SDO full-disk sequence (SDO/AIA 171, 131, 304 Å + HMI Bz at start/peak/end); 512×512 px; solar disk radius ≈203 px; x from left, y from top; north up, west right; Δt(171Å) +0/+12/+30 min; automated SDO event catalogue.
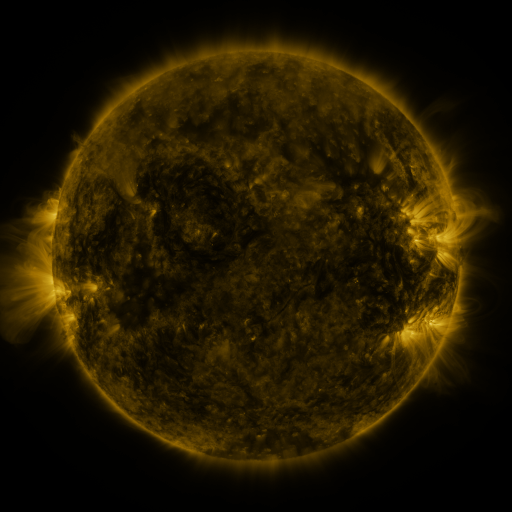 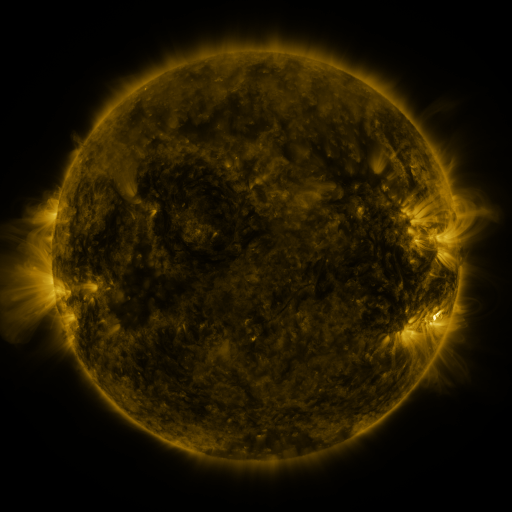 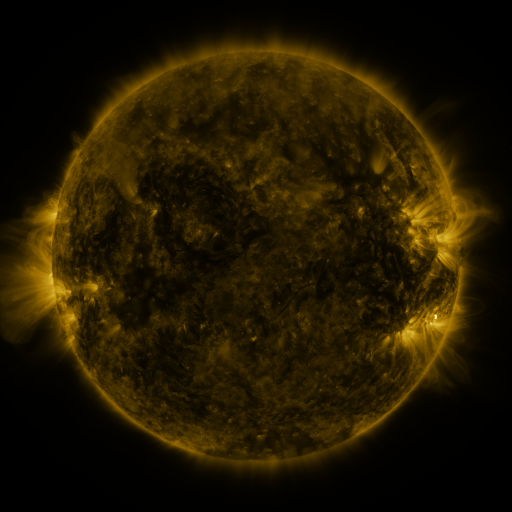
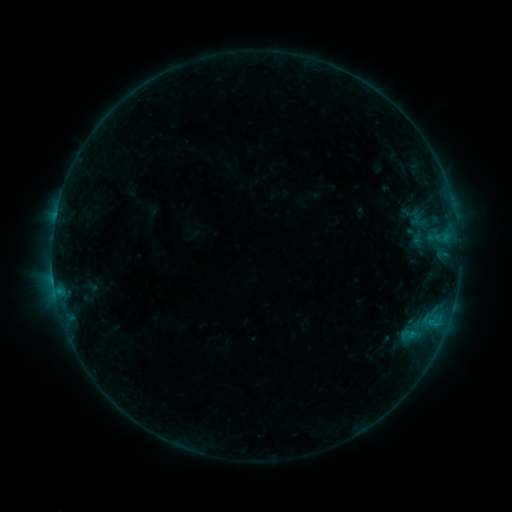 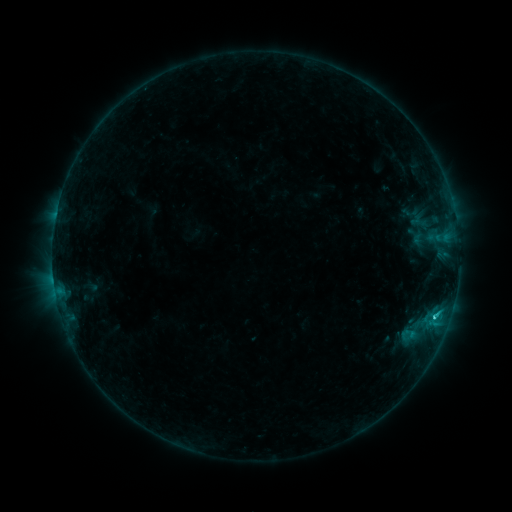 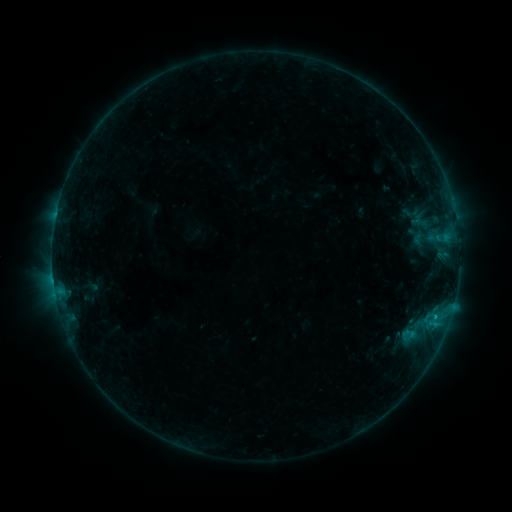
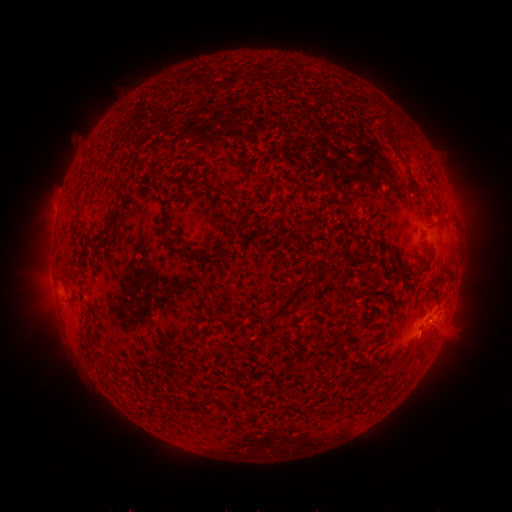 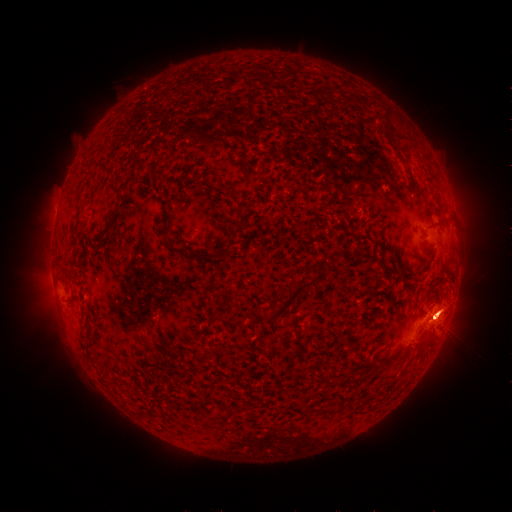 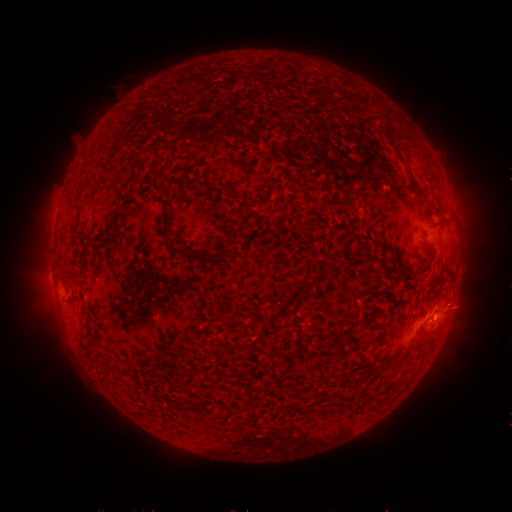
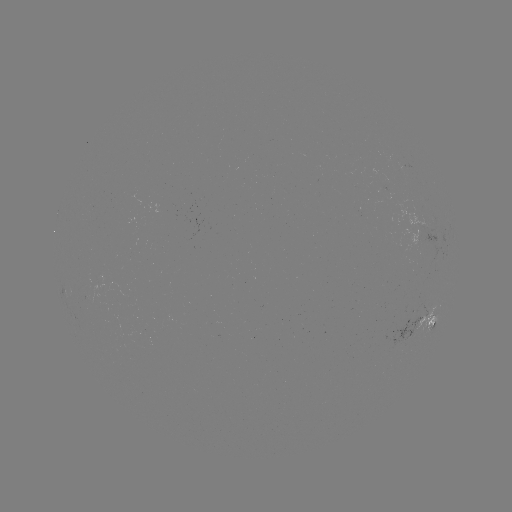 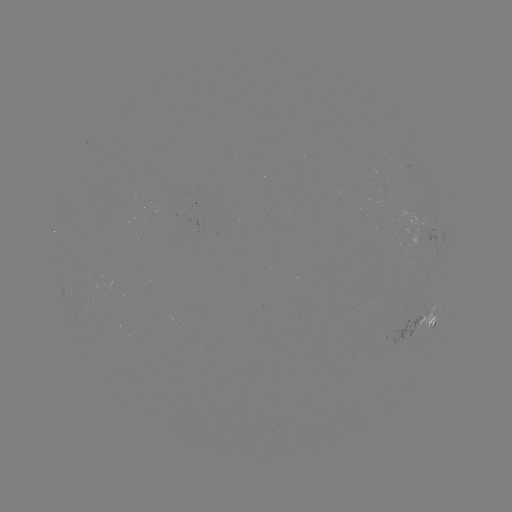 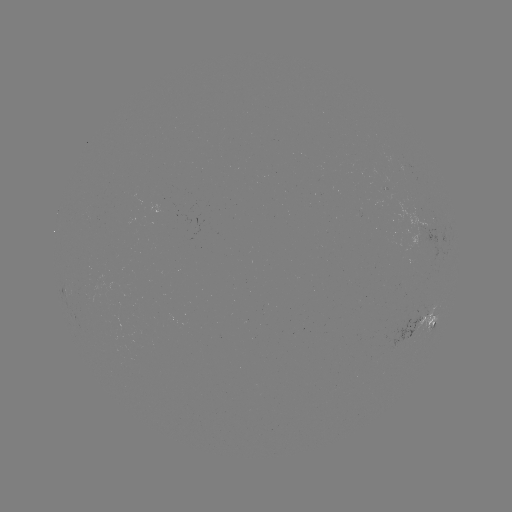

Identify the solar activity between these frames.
eruption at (437, 329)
